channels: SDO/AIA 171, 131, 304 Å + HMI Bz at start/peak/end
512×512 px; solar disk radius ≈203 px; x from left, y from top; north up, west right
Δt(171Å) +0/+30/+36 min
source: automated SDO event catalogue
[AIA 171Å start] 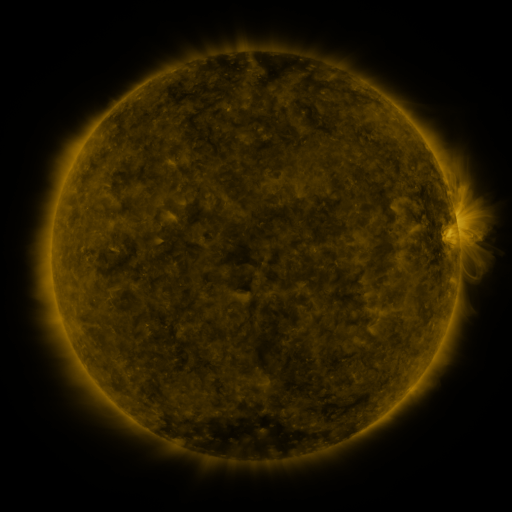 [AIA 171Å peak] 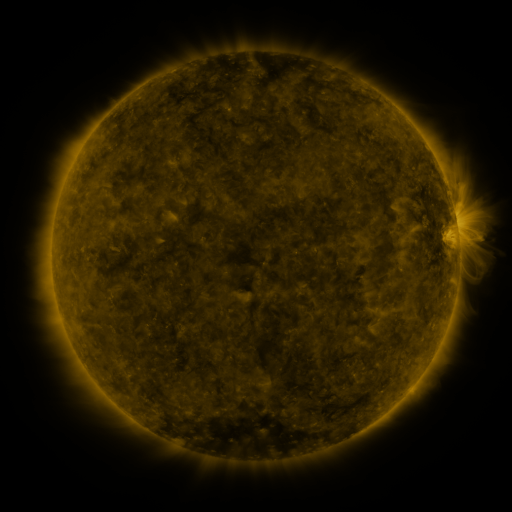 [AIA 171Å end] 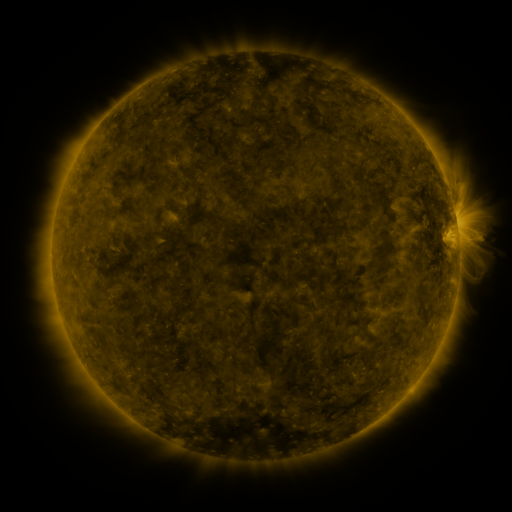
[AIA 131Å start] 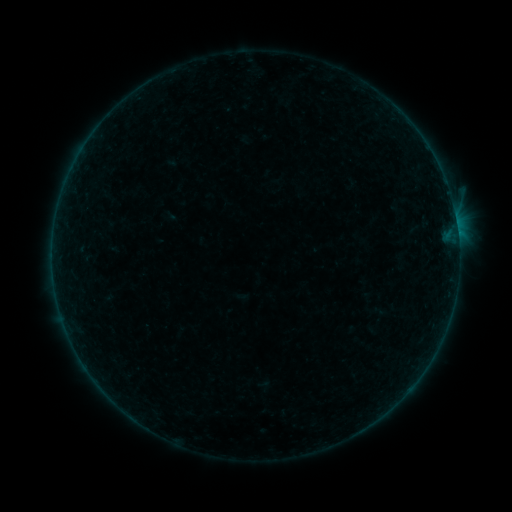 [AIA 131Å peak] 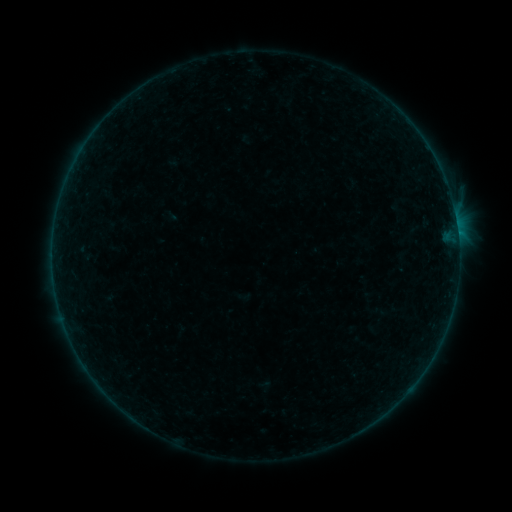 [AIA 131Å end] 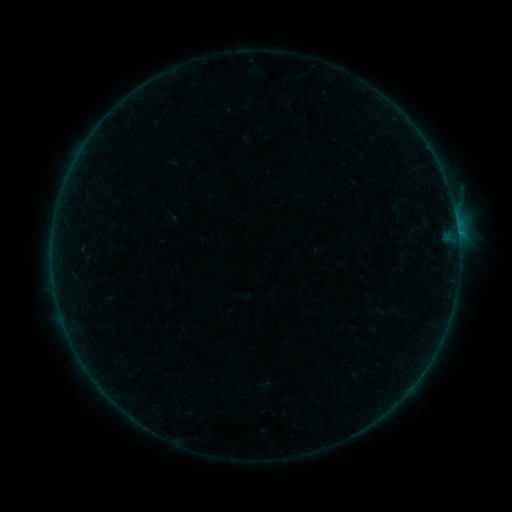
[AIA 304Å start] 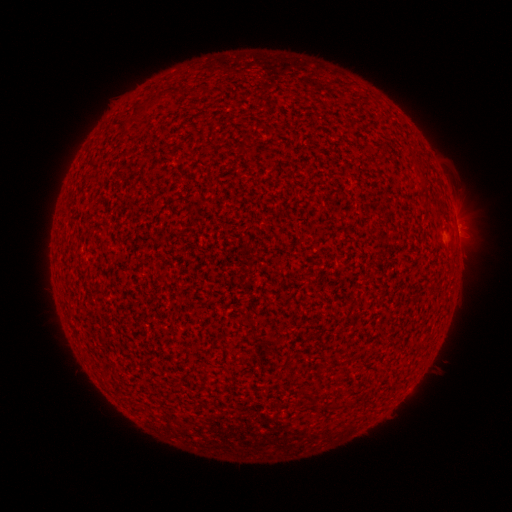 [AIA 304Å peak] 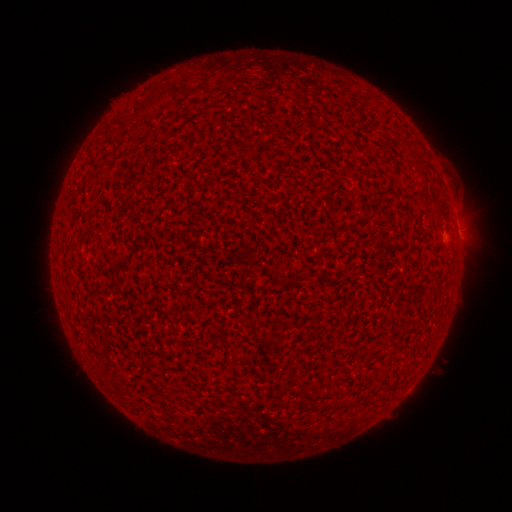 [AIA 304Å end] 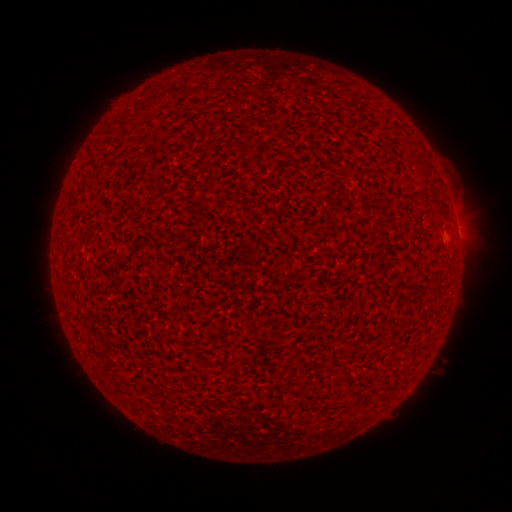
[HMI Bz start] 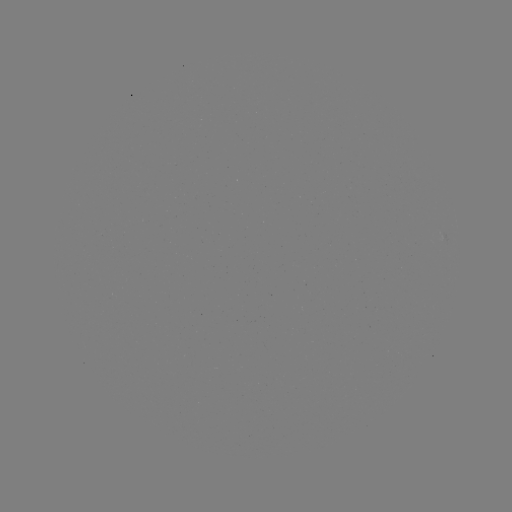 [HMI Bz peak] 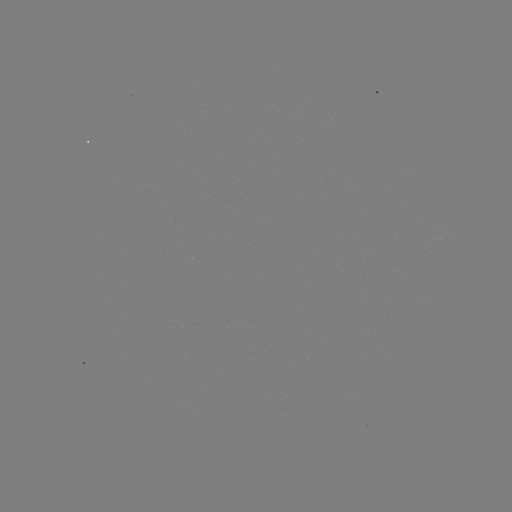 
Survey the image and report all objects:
B2.2 flare: (457, 234)
